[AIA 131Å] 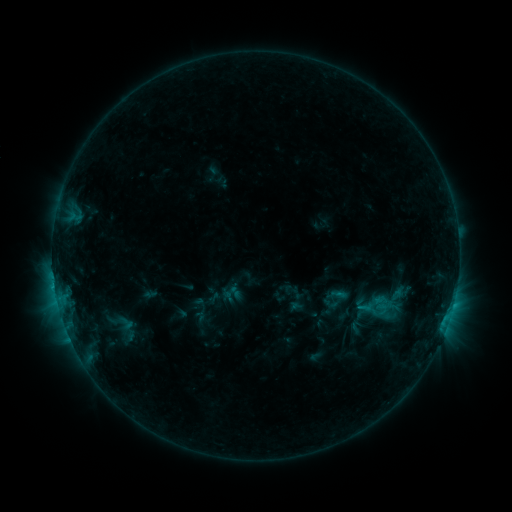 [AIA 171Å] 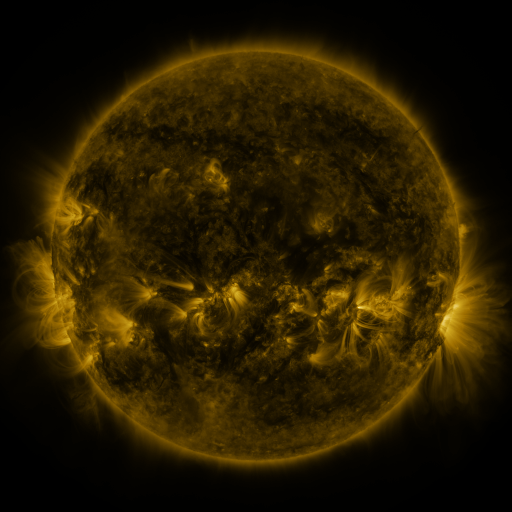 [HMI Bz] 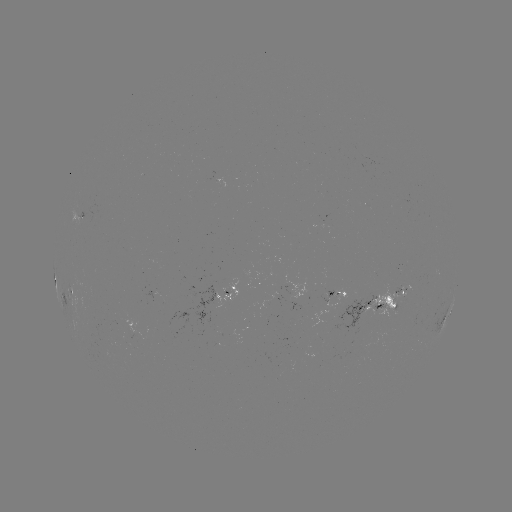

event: sigmoid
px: (126, 323)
